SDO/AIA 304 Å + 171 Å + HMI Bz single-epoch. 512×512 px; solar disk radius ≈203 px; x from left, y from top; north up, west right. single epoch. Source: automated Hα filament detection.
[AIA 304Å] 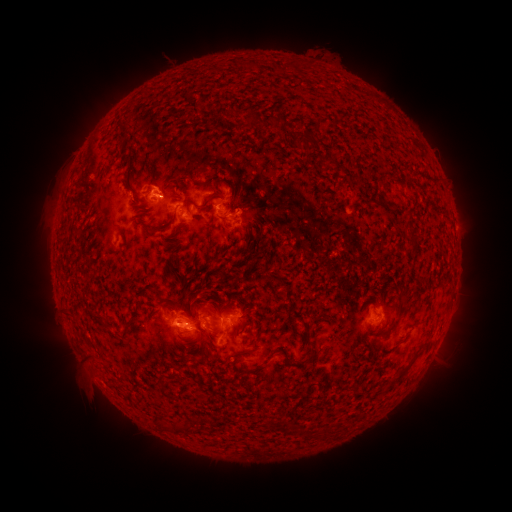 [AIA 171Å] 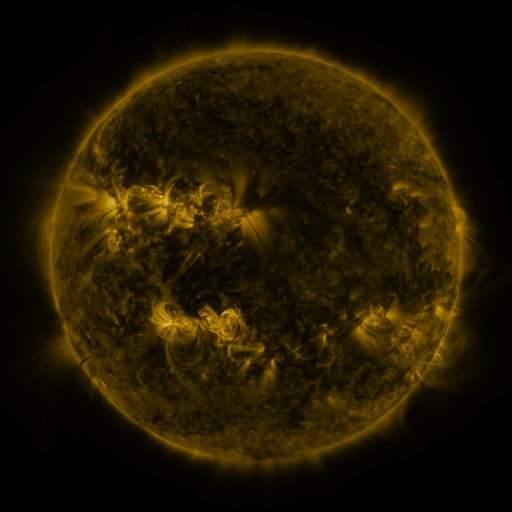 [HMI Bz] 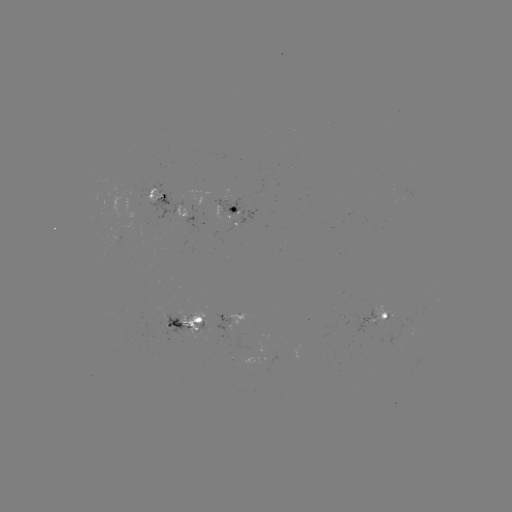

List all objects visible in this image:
filament: (250, 65)
filament: (281, 69)
filament: (275, 121)
filament: (306, 137)
filament: (330, 162)
filament: (240, 186)
filament: (212, 197)
filament: (380, 199)
filament: (192, 204)
filament: (164, 228)
filament: (413, 235)
filament: (172, 236)
filament: (173, 257)
filament: (402, 311)
filament: (188, 314)
filament: (77, 319)
filament: (128, 324)
filament: (287, 354)
filament: (311, 356)
filament: (92, 358)
filament: (406, 366)
filament: (185, 428)
